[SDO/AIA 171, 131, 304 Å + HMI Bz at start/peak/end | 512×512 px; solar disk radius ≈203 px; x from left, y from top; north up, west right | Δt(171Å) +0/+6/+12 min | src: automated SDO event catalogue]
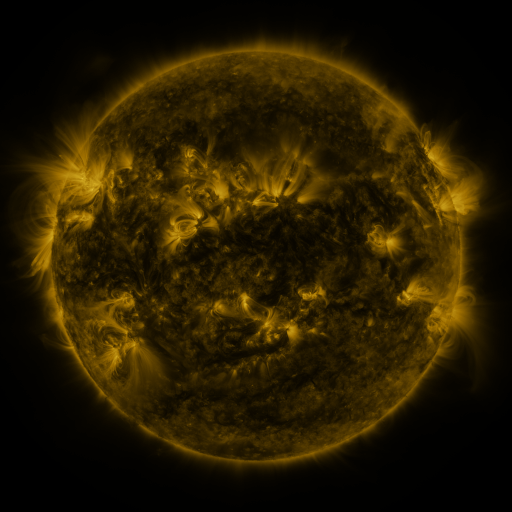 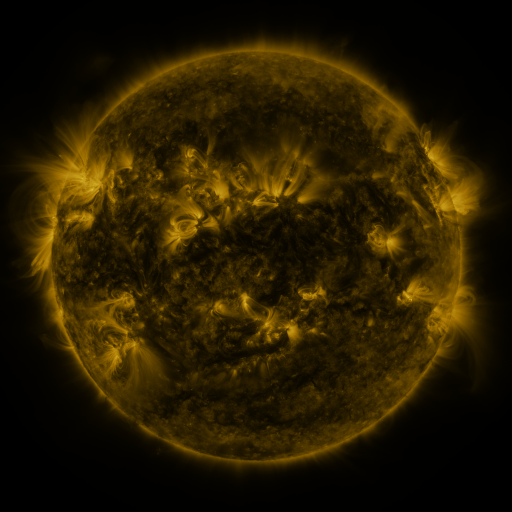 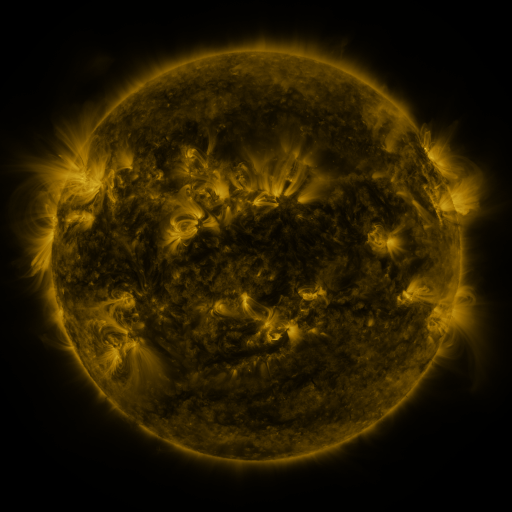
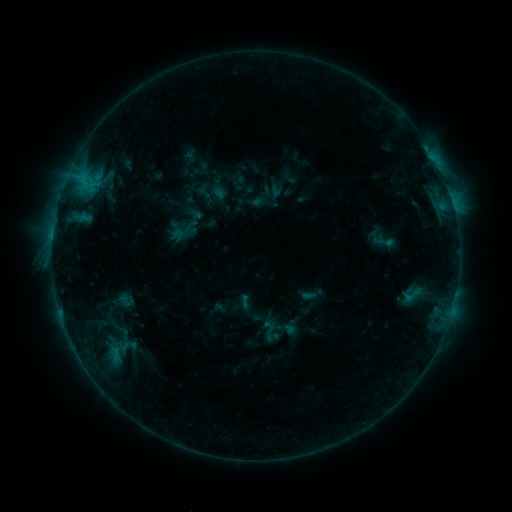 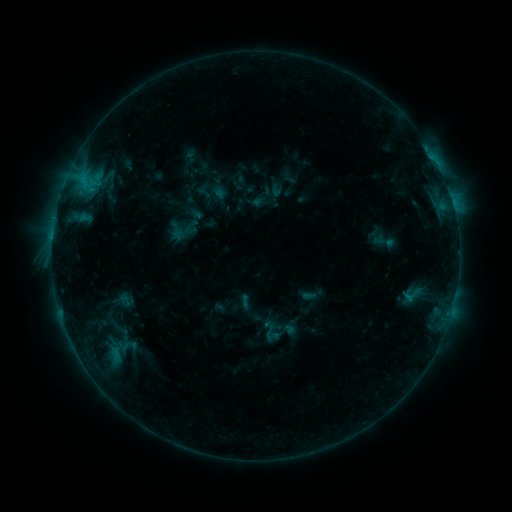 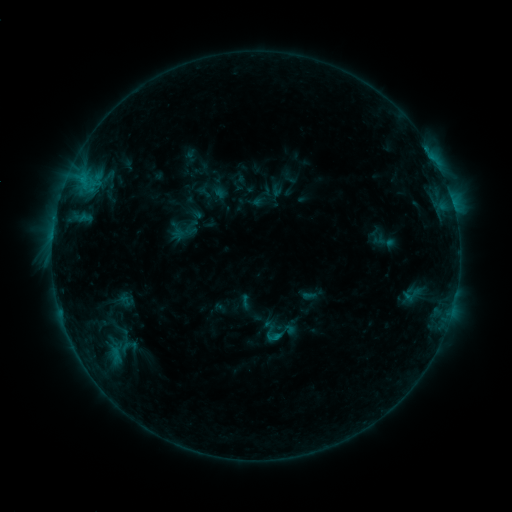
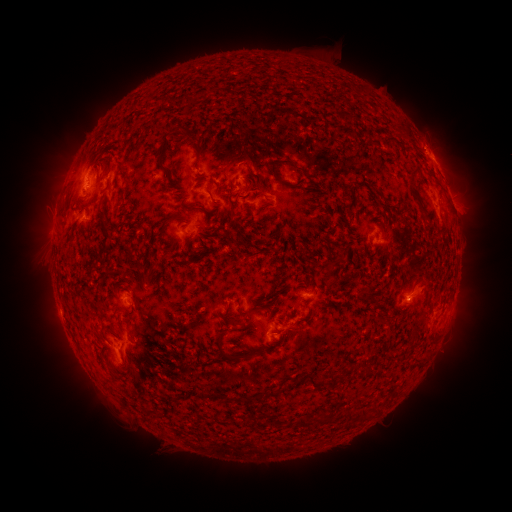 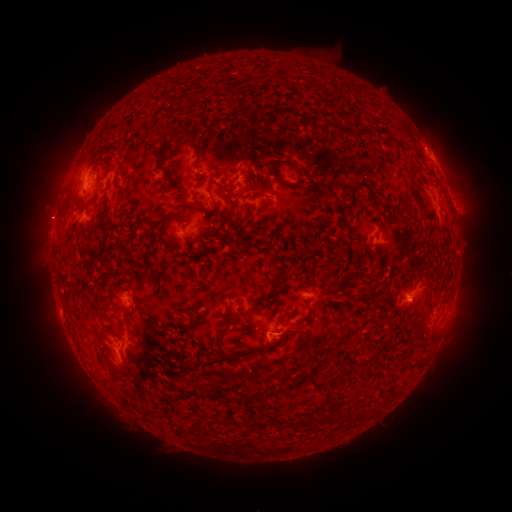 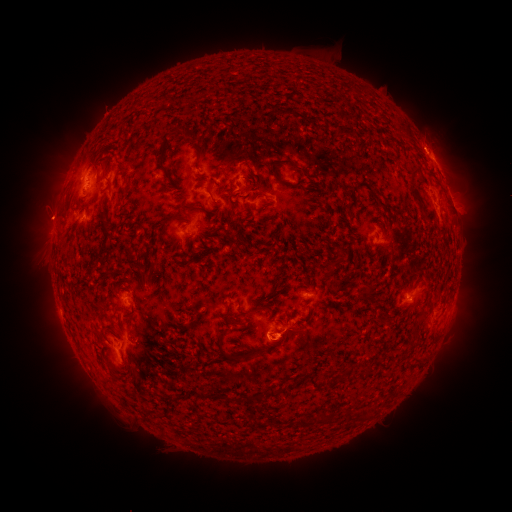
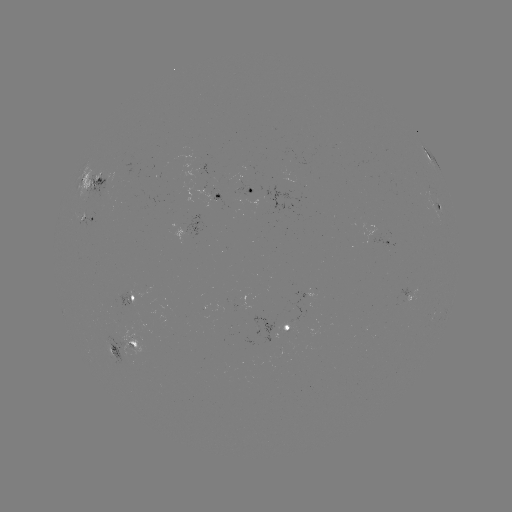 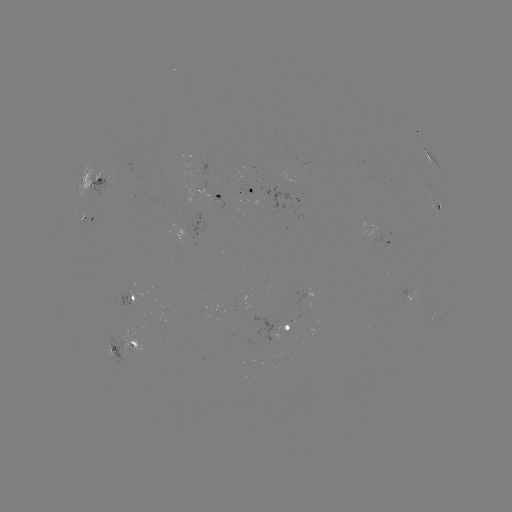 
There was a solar eruption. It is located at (46, 218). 